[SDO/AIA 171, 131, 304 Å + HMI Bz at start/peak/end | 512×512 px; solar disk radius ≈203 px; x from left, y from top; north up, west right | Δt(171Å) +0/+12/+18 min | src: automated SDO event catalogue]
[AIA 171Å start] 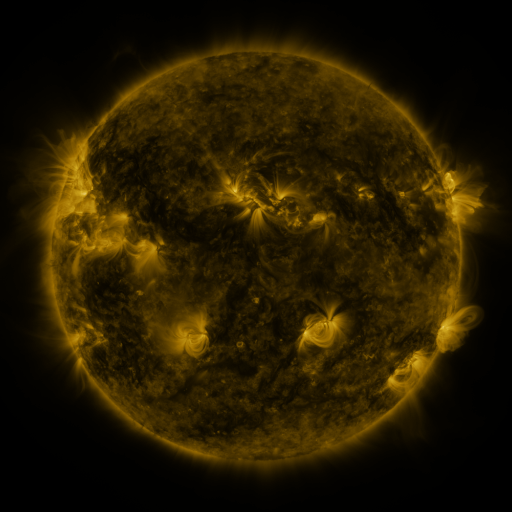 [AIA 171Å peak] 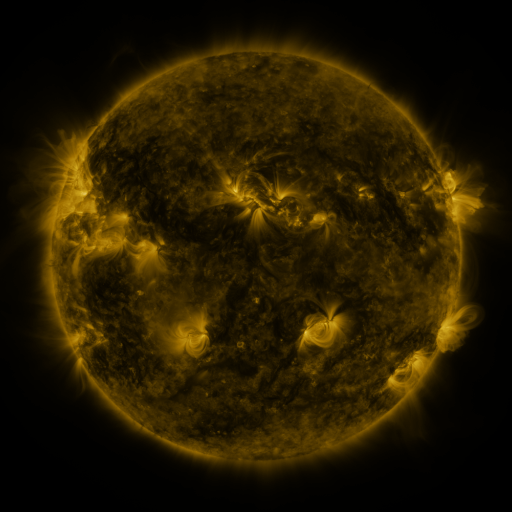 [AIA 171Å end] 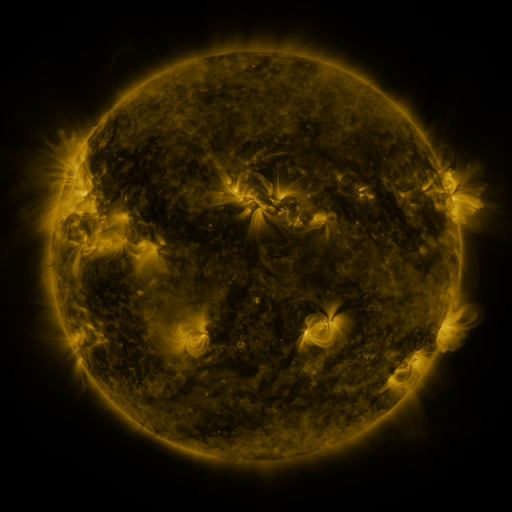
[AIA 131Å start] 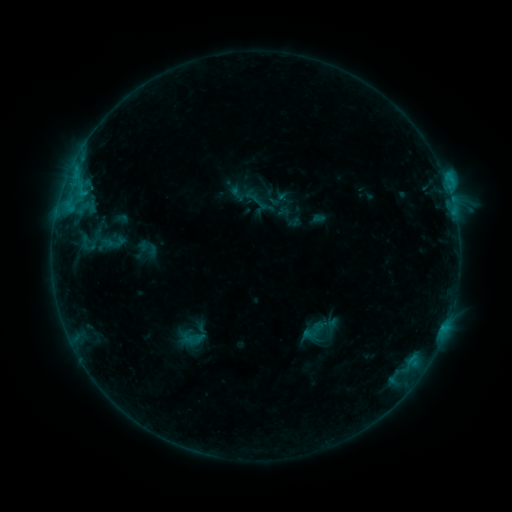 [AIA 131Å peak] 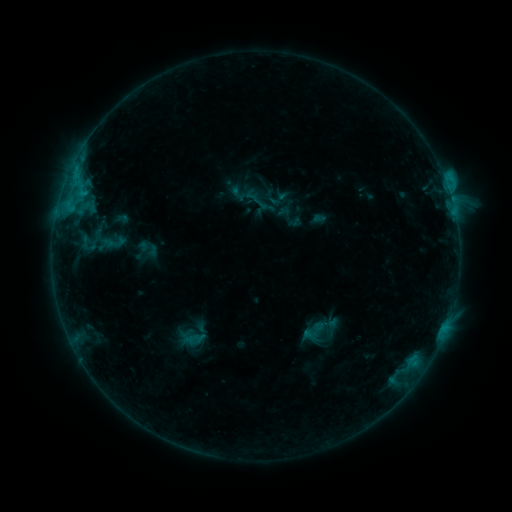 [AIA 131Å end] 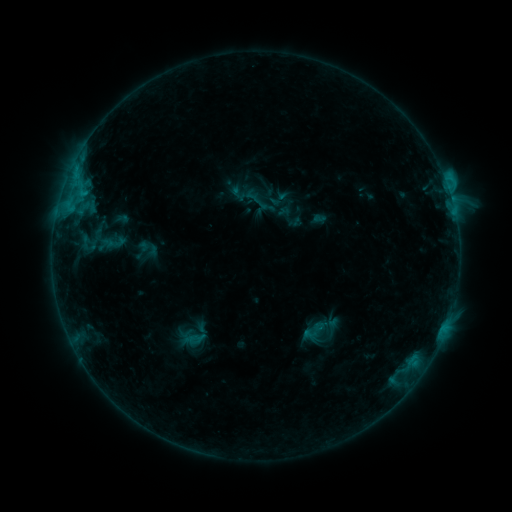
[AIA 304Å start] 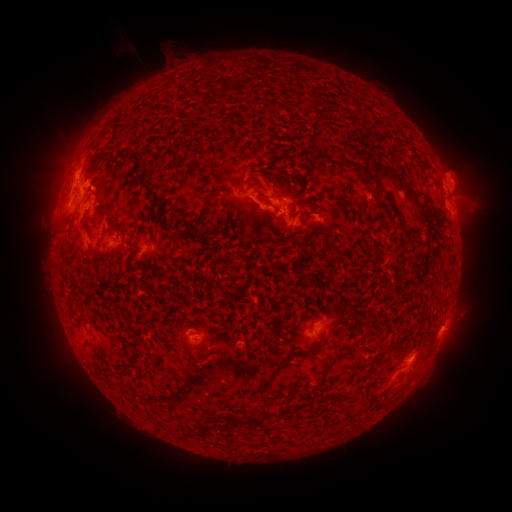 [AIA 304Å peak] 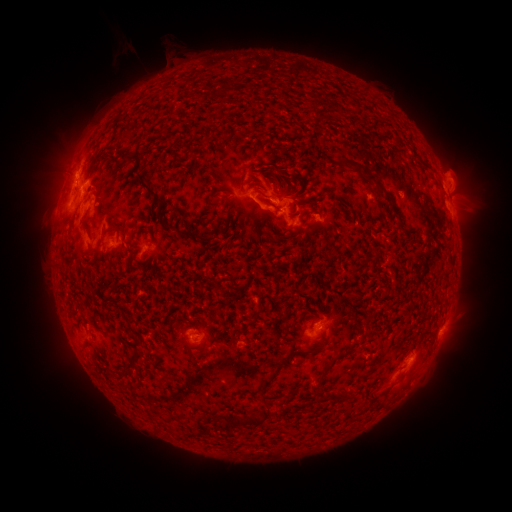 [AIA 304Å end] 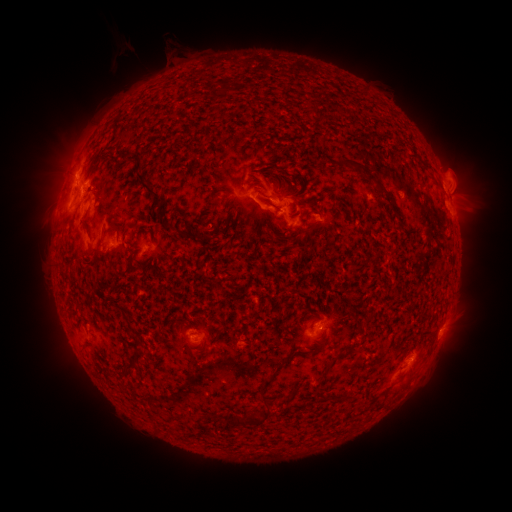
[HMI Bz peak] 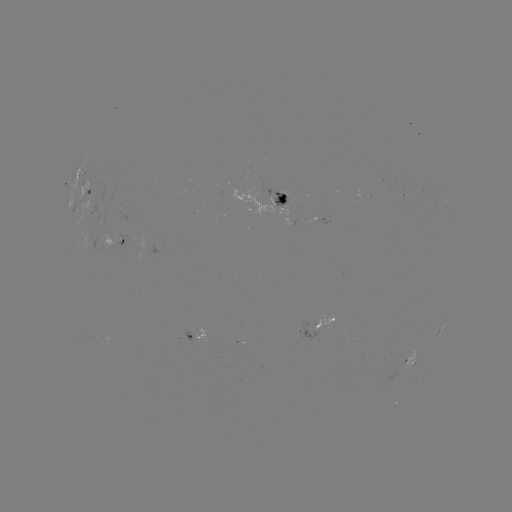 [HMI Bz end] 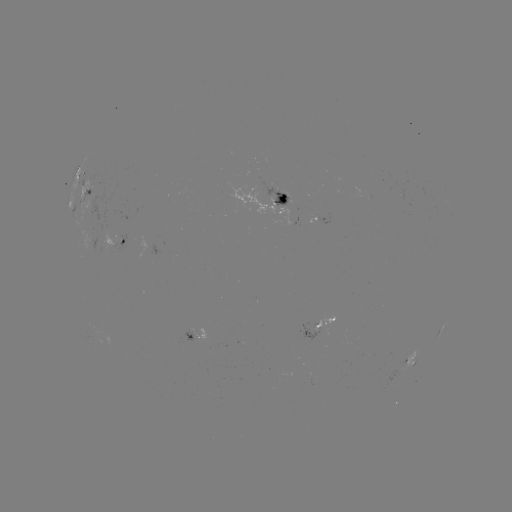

nothing was catalogued: no classed flare, no EUV trigger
